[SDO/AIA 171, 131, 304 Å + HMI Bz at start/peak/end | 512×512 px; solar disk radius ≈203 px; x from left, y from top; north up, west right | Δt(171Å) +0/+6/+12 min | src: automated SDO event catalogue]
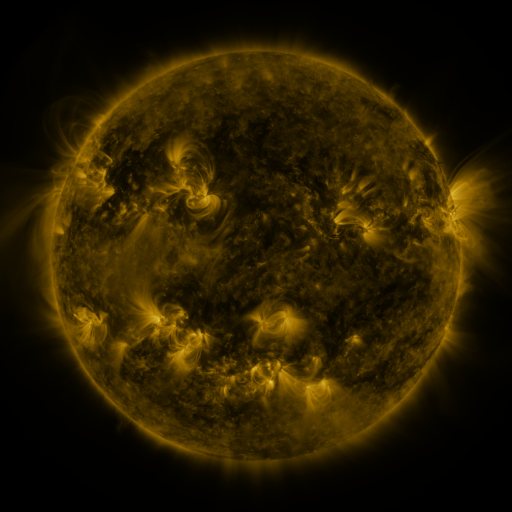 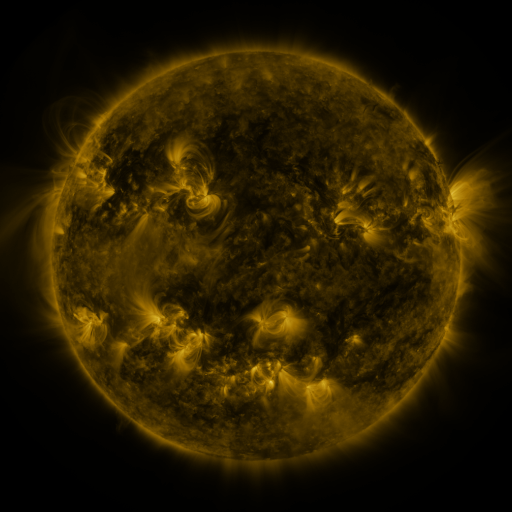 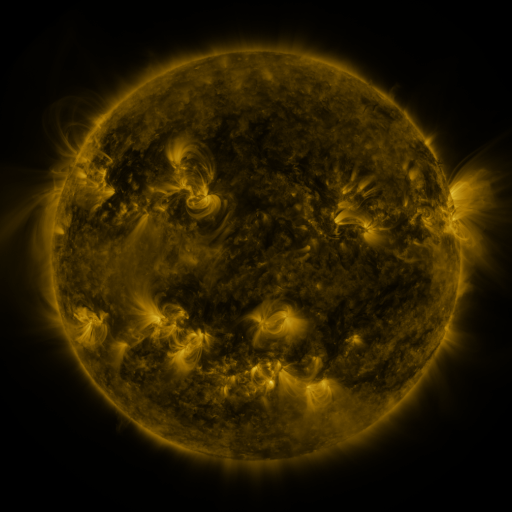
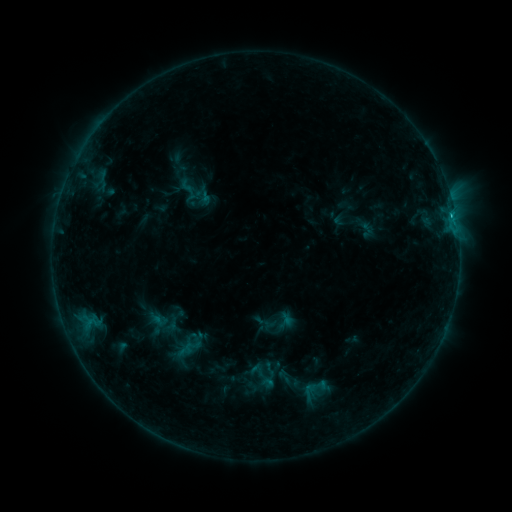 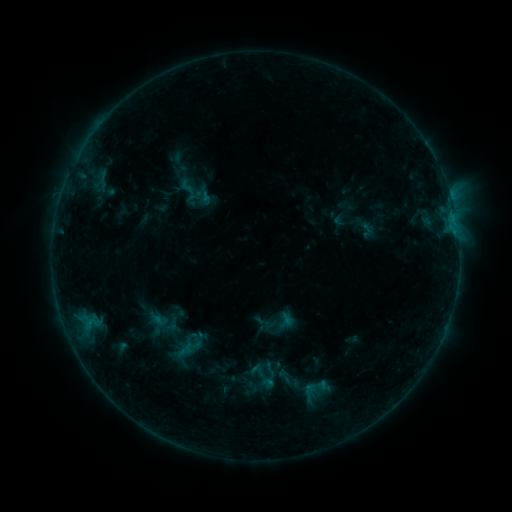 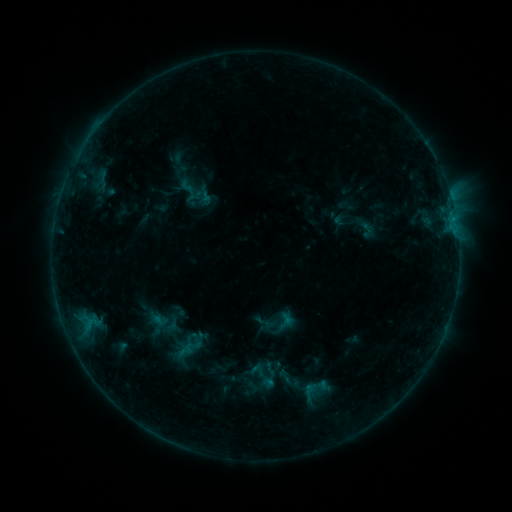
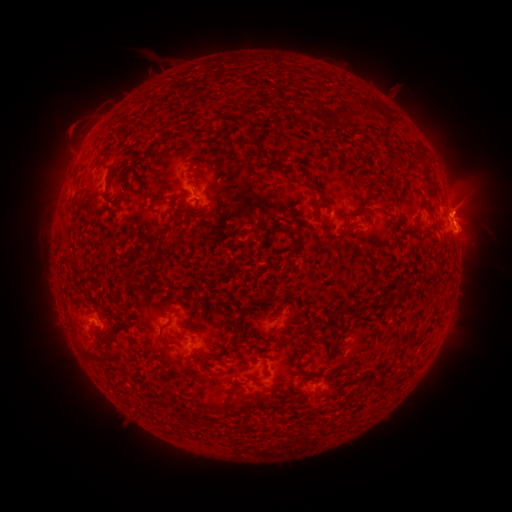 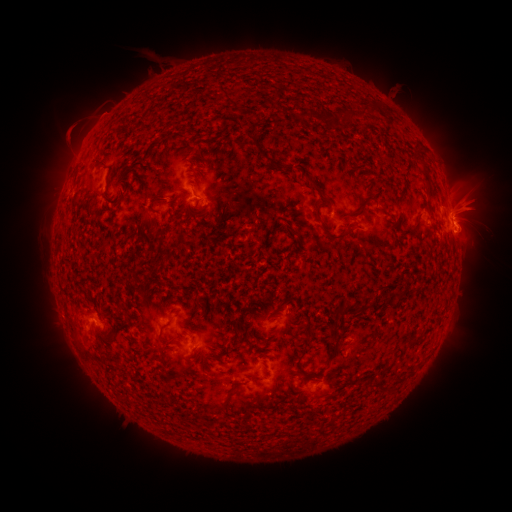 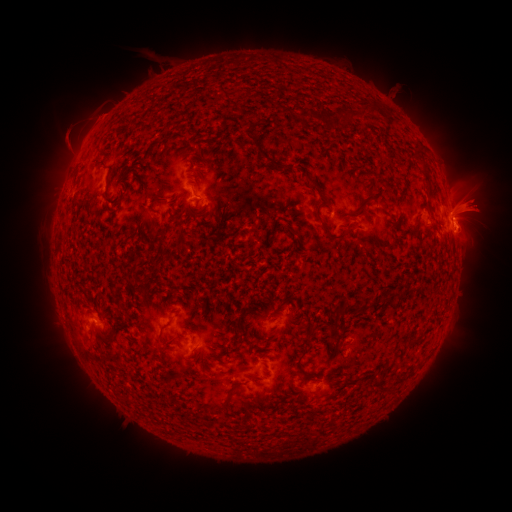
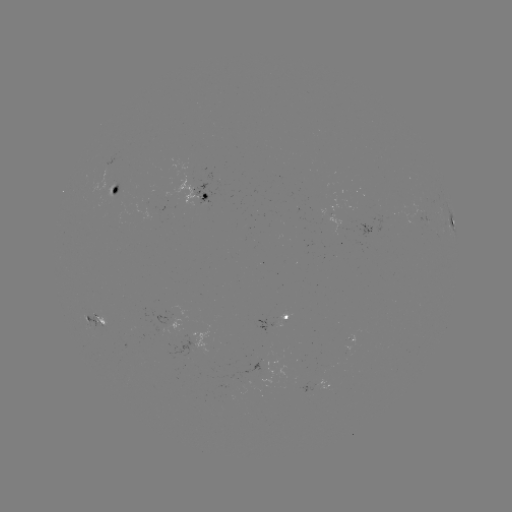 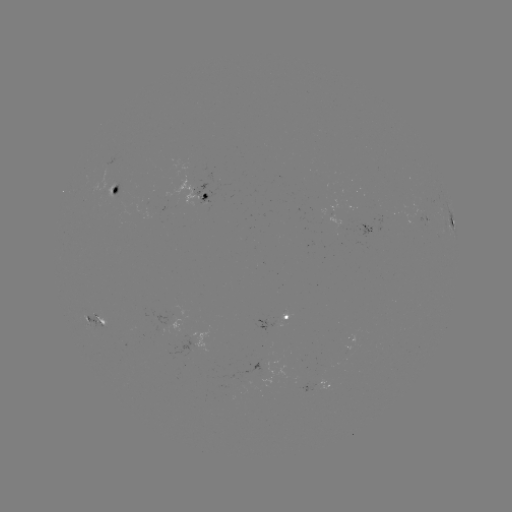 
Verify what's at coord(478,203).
eruption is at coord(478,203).